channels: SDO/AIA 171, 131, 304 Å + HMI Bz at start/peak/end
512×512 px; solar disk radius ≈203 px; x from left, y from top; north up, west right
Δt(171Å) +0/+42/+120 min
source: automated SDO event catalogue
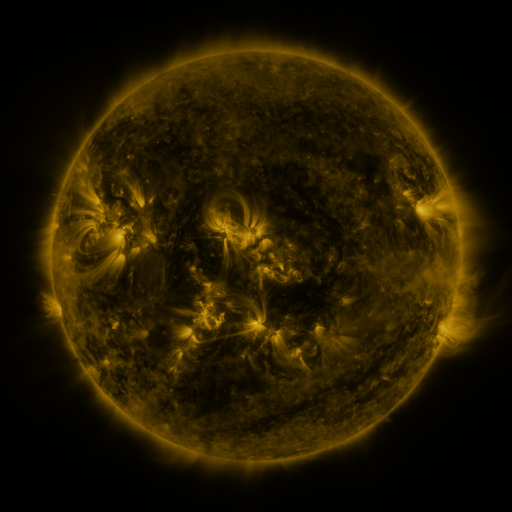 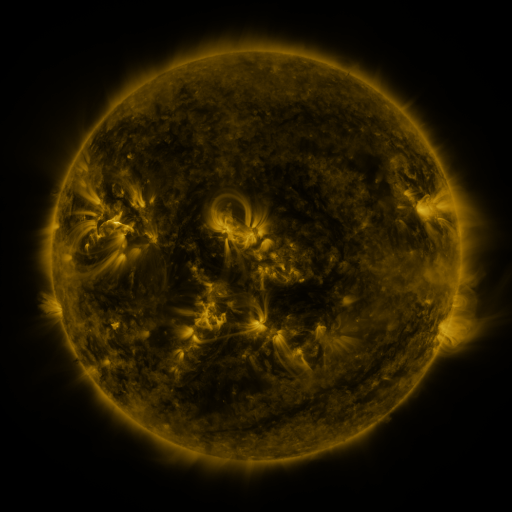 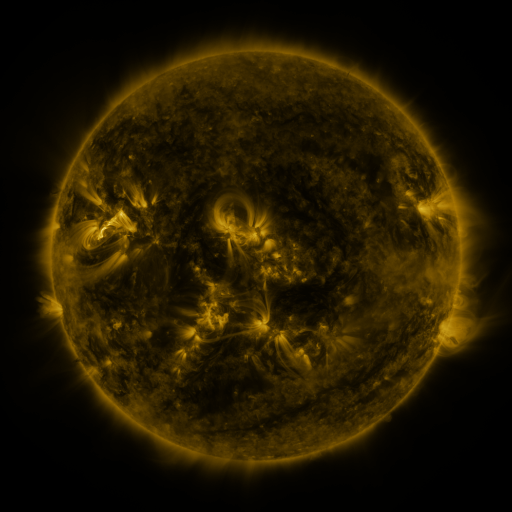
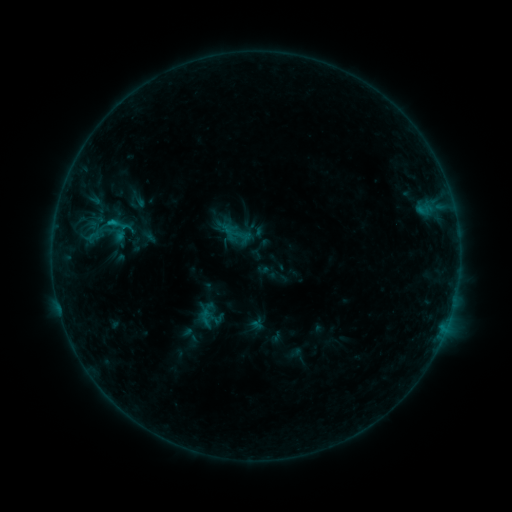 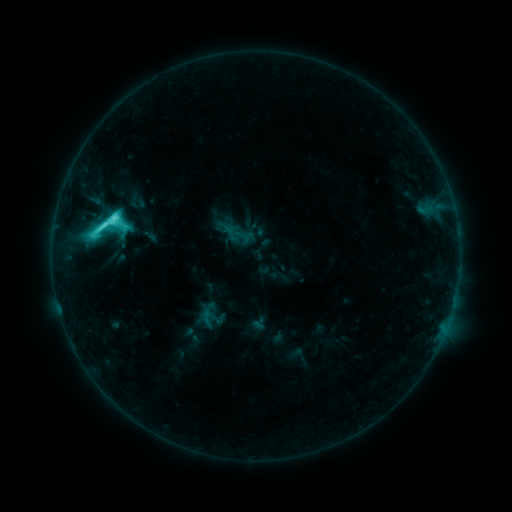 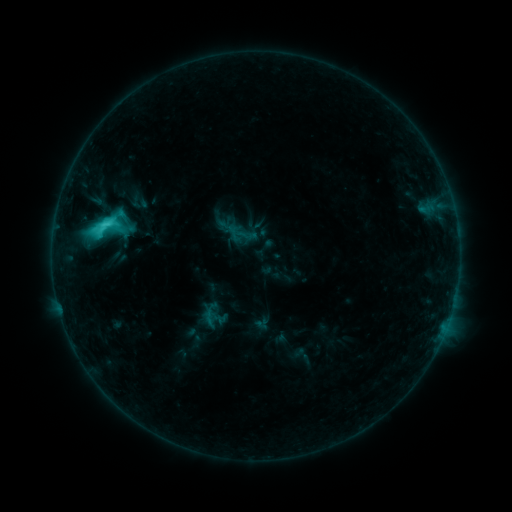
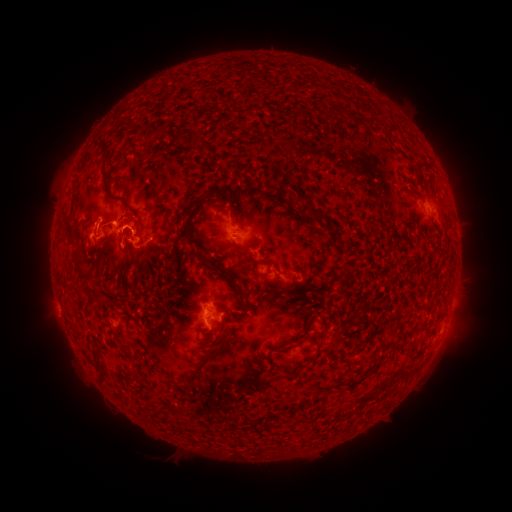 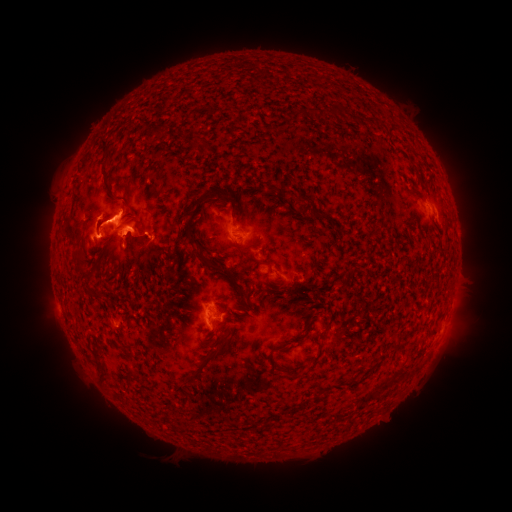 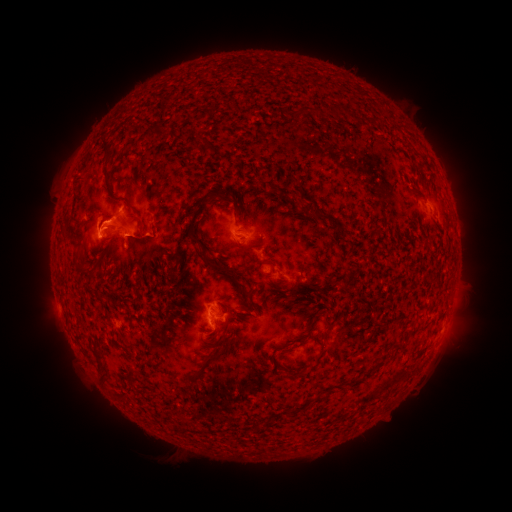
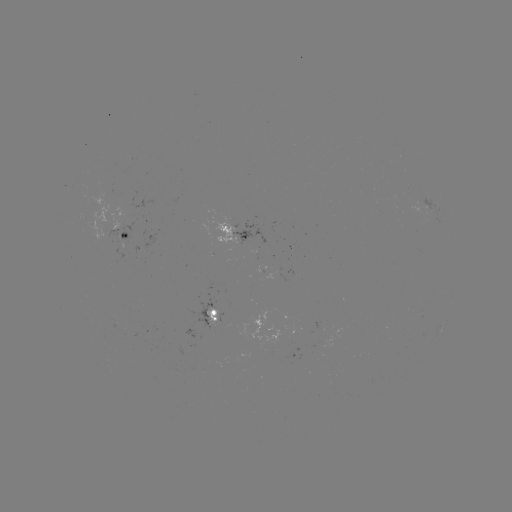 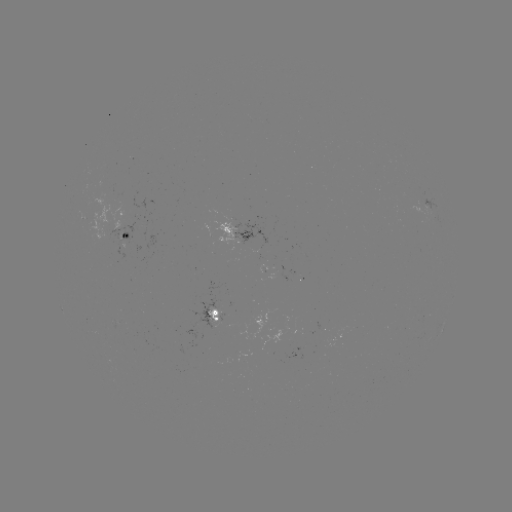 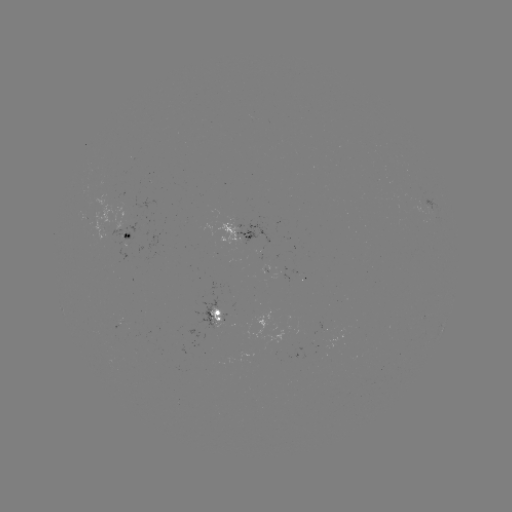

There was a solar flare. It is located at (114, 220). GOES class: C8.3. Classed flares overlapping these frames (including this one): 1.